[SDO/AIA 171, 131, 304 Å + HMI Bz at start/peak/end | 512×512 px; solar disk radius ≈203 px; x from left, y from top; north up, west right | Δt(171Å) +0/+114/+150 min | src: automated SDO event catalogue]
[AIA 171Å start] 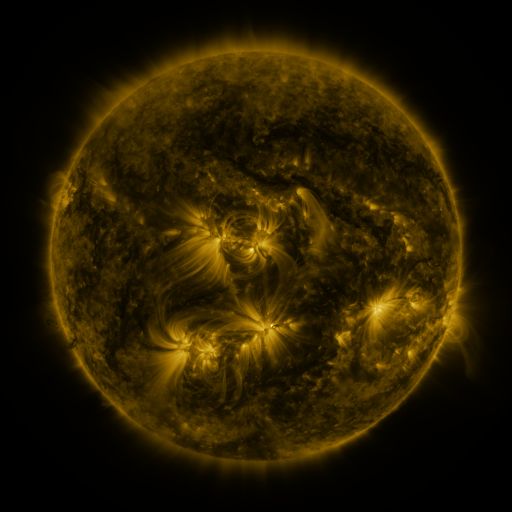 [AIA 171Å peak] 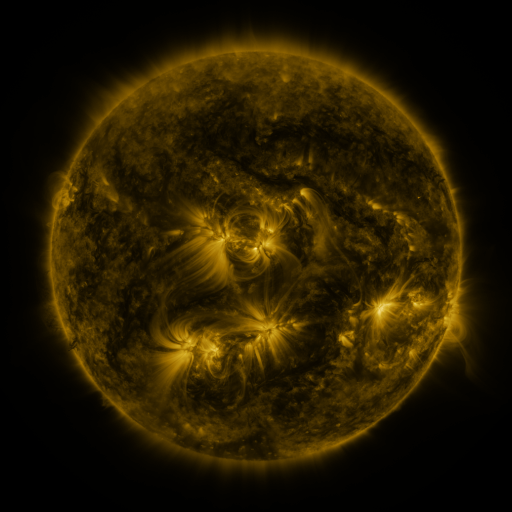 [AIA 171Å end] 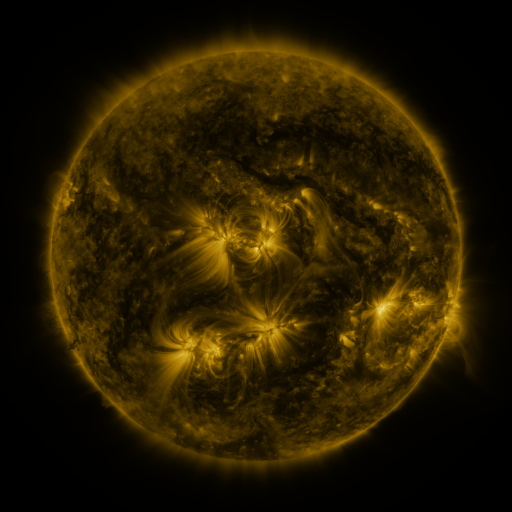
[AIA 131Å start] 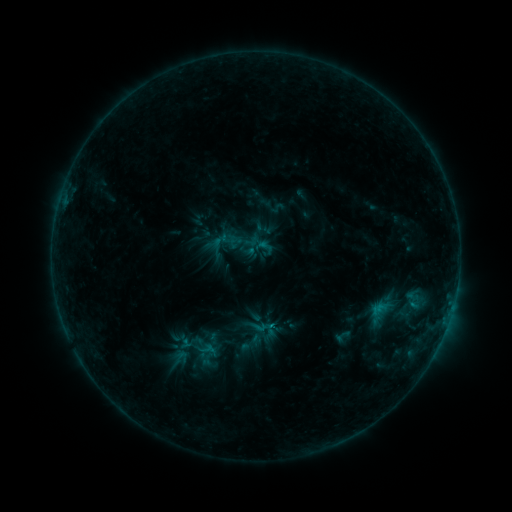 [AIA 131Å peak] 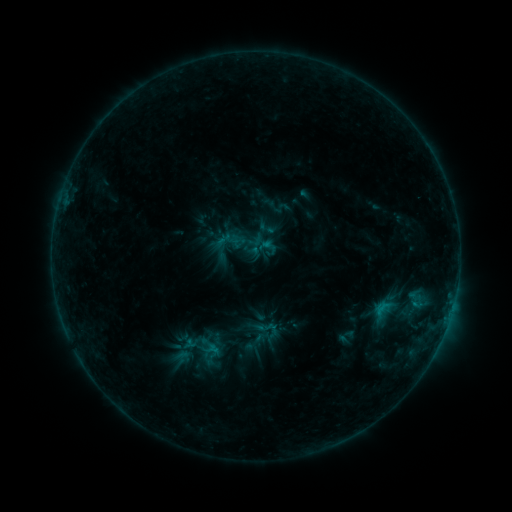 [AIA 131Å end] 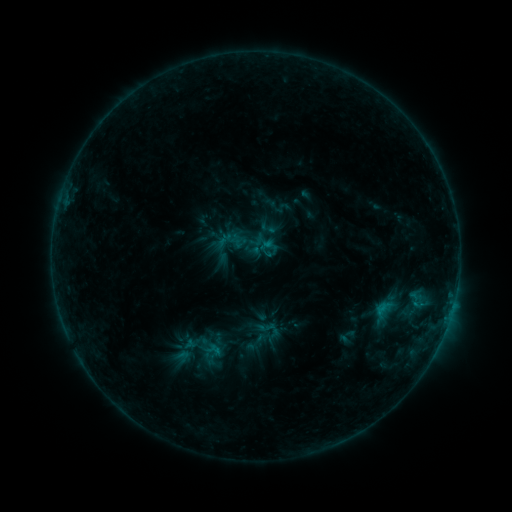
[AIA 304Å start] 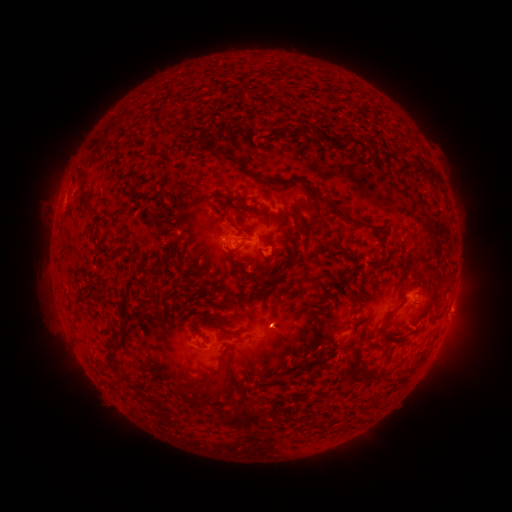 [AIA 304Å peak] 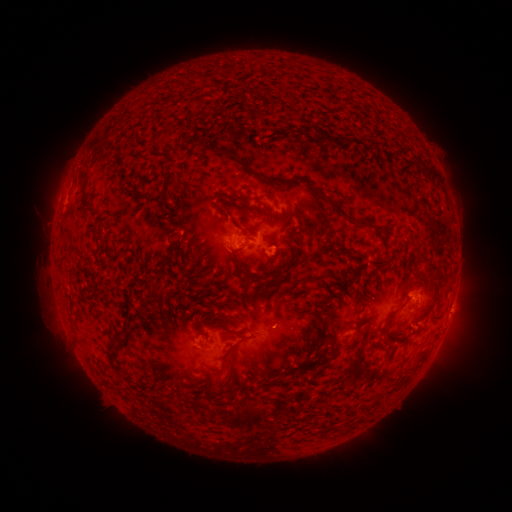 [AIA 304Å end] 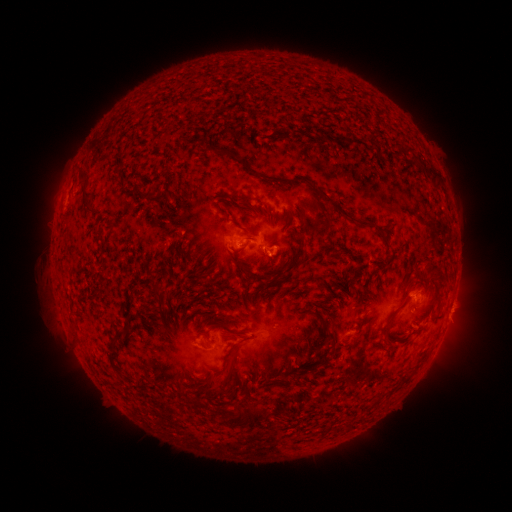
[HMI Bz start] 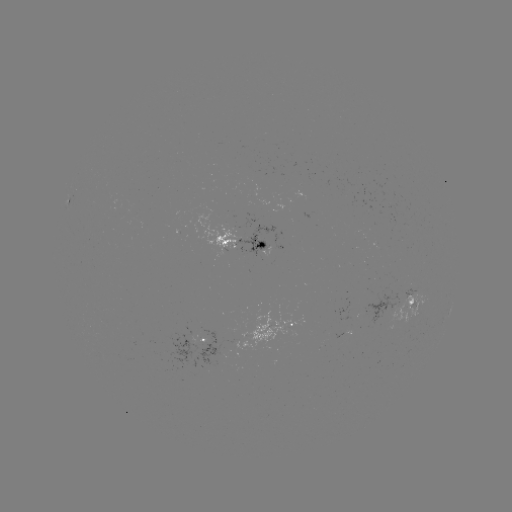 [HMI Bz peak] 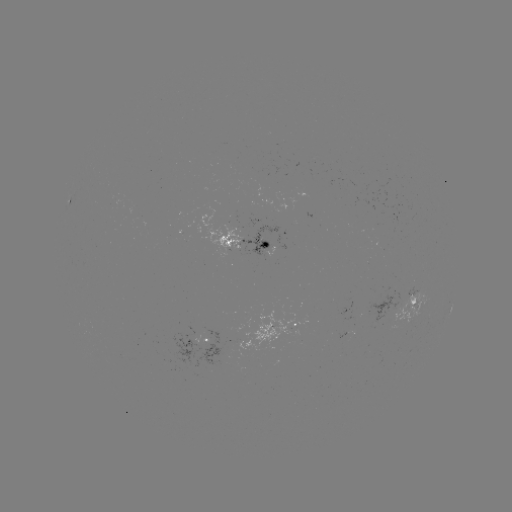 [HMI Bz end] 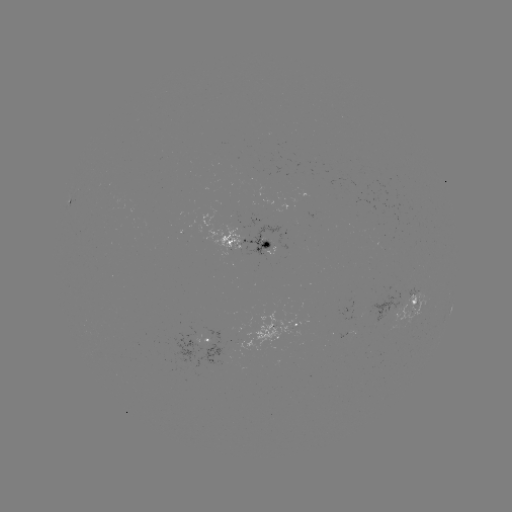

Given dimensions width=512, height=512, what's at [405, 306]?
emerging-flux region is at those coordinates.